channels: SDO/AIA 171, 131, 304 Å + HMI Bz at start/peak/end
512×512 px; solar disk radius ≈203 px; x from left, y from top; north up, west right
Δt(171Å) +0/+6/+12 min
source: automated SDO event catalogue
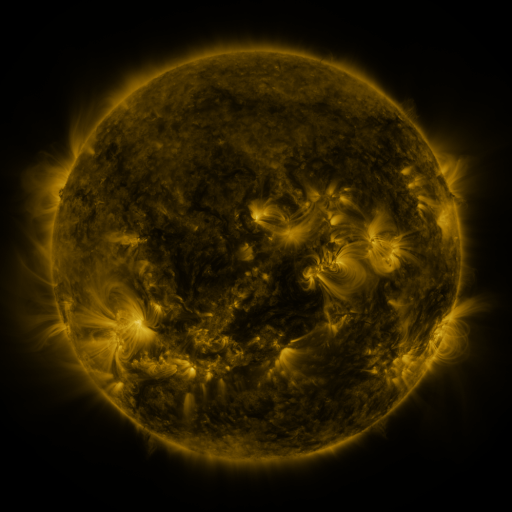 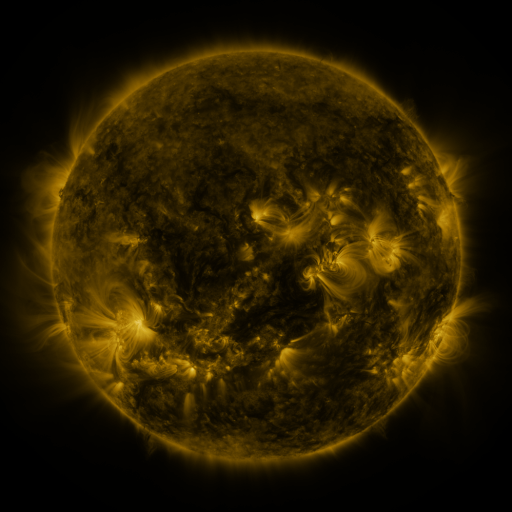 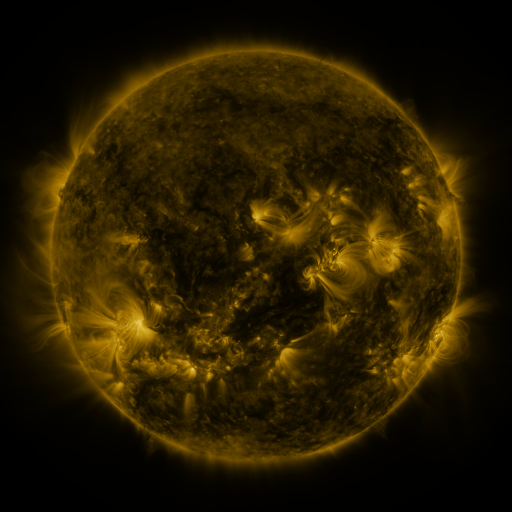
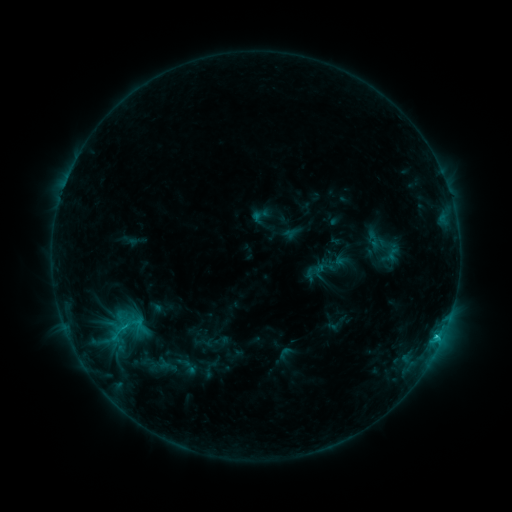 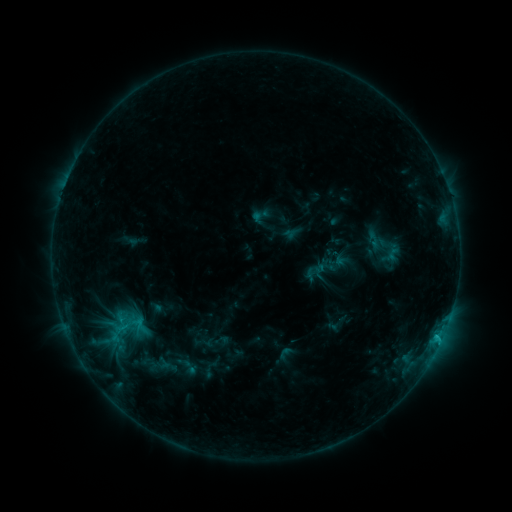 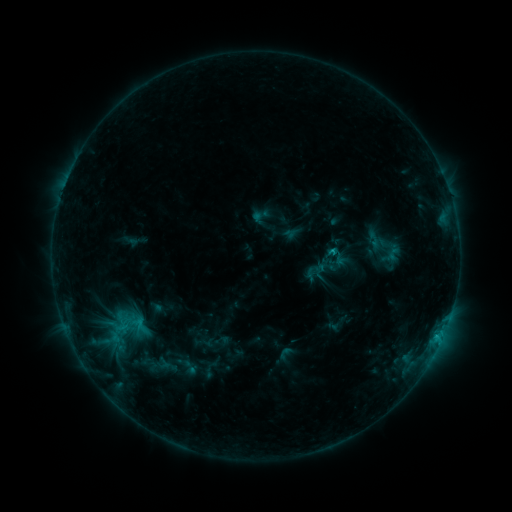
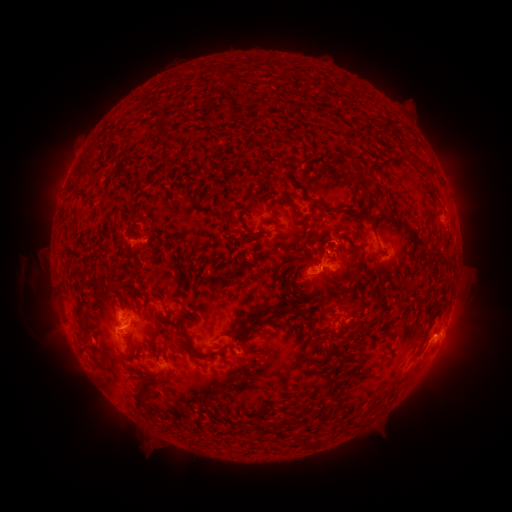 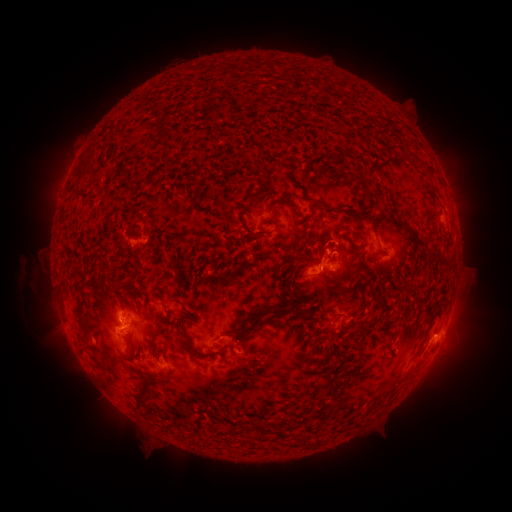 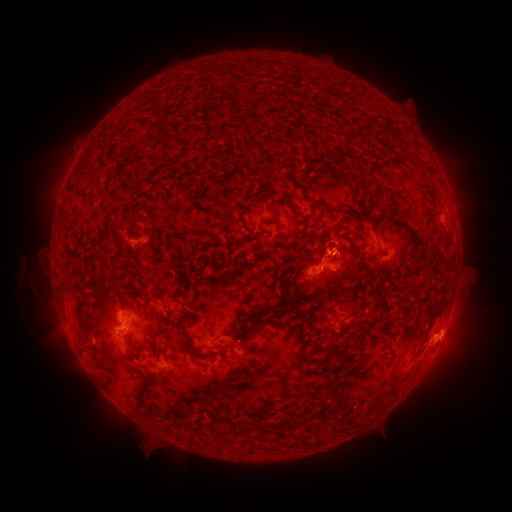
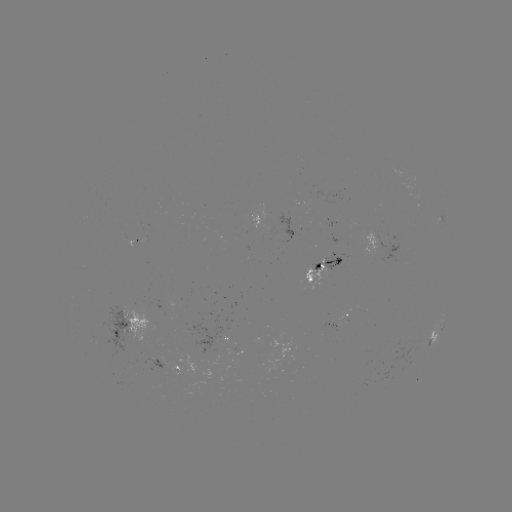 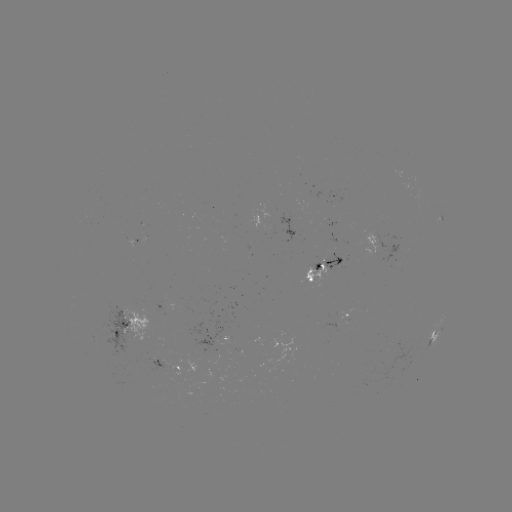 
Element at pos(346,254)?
eruption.